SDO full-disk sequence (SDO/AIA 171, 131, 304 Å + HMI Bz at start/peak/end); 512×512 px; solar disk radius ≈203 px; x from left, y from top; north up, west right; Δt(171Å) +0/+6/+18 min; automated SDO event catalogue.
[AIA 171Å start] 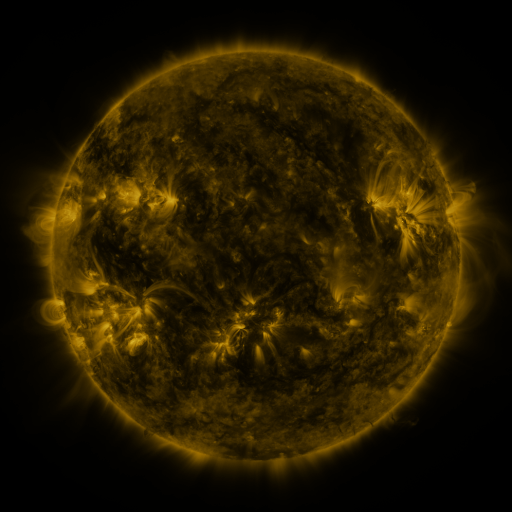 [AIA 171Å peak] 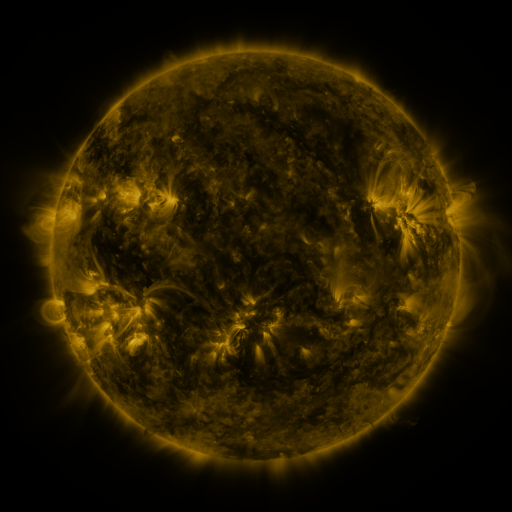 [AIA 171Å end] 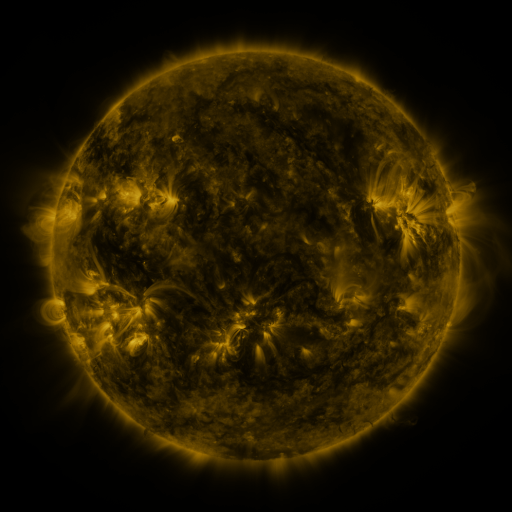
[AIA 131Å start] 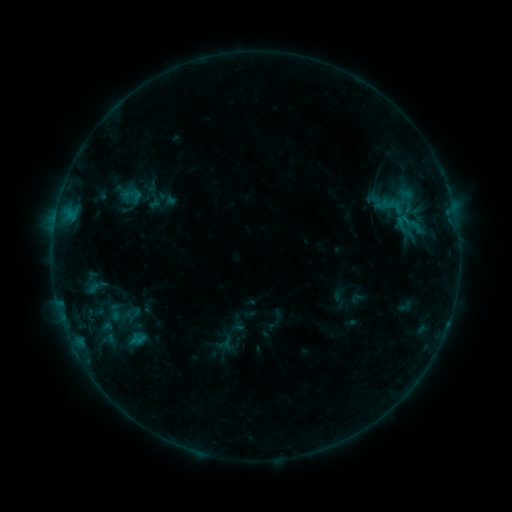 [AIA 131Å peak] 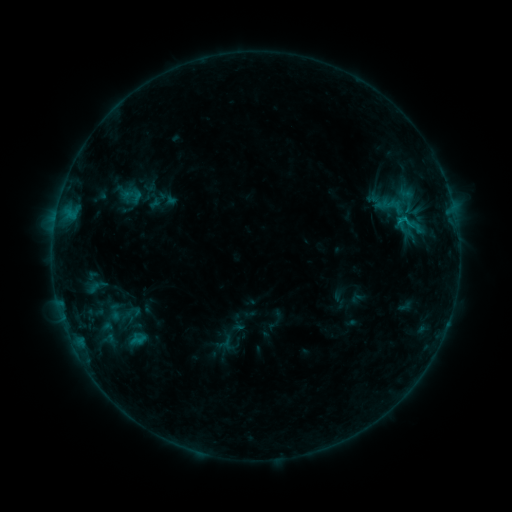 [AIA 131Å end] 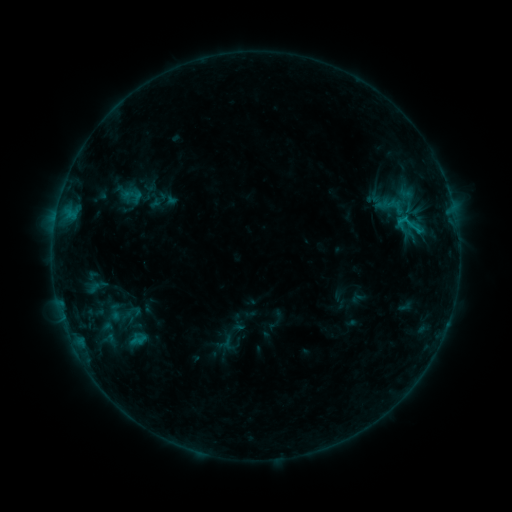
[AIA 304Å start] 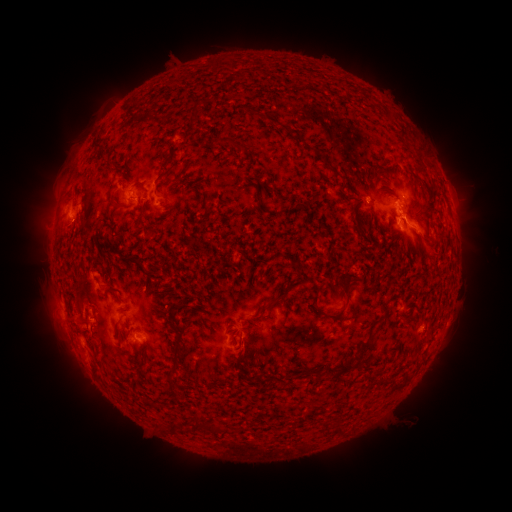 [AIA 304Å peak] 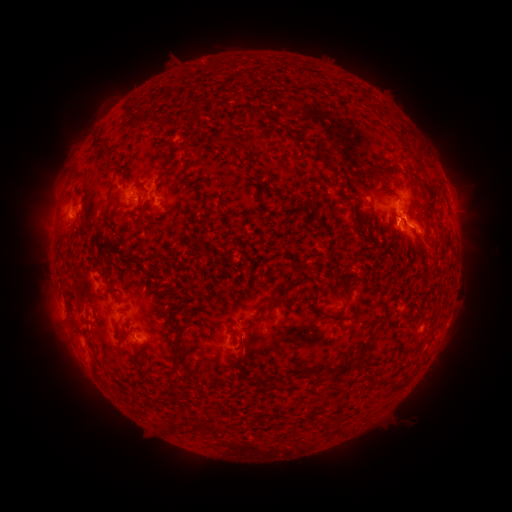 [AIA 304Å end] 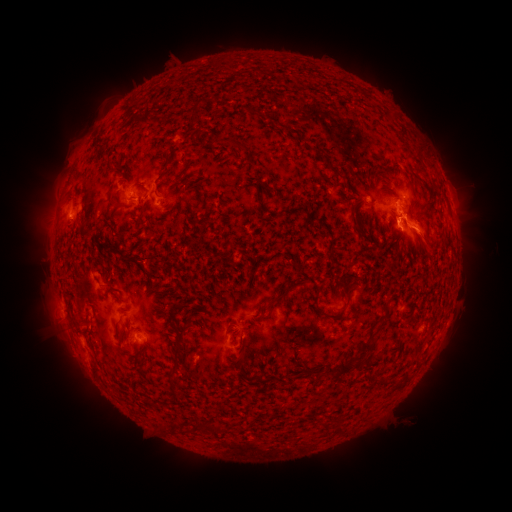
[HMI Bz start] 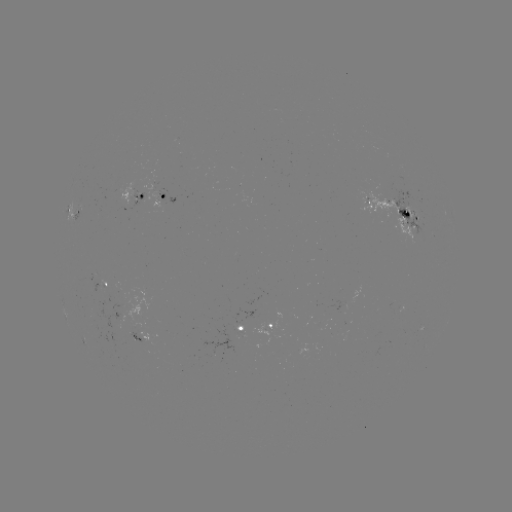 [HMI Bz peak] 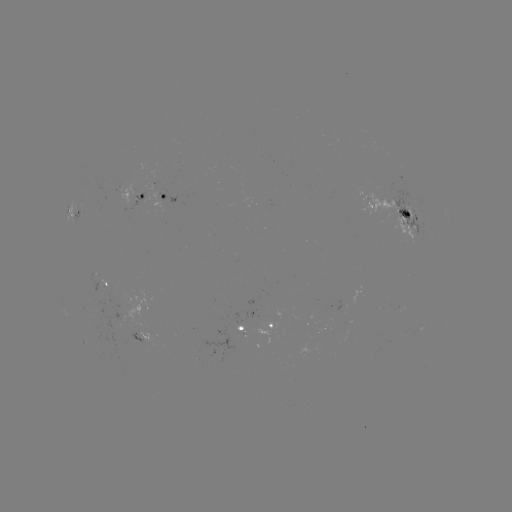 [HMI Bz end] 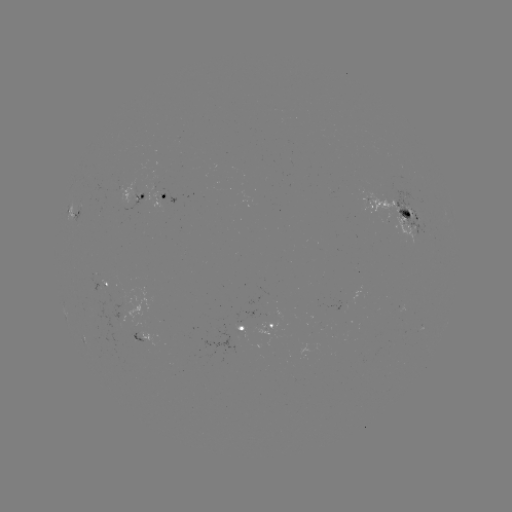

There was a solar flare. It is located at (401, 221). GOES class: B9.6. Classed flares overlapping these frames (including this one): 1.